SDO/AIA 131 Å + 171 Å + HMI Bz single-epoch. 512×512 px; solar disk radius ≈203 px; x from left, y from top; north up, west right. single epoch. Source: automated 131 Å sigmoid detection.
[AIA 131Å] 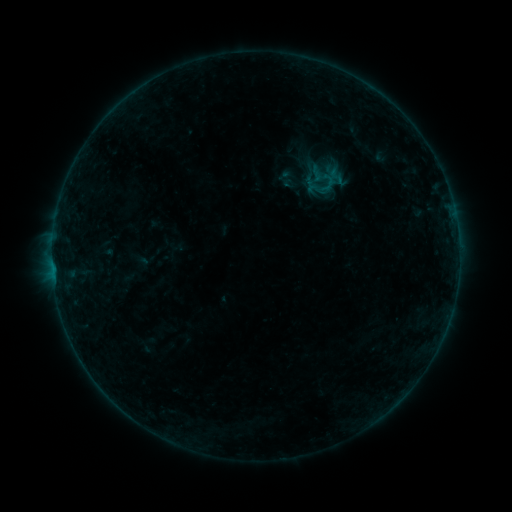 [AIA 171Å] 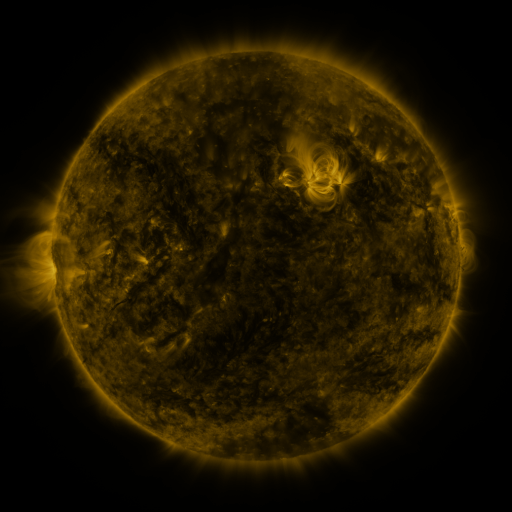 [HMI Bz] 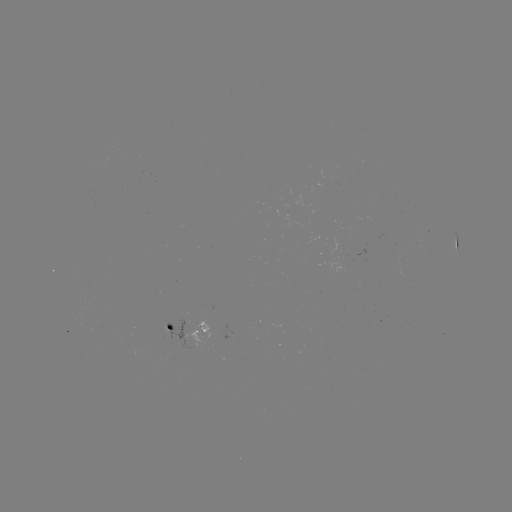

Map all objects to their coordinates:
sigmoid: (317, 174)
sigmoid: (336, 176)
